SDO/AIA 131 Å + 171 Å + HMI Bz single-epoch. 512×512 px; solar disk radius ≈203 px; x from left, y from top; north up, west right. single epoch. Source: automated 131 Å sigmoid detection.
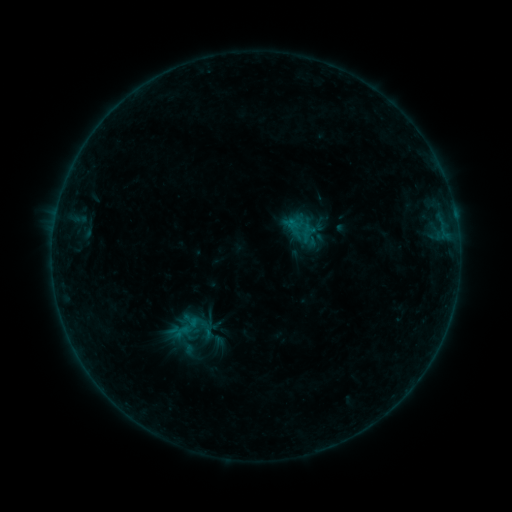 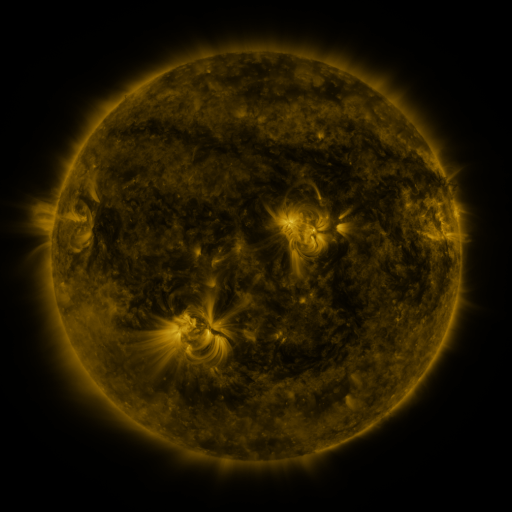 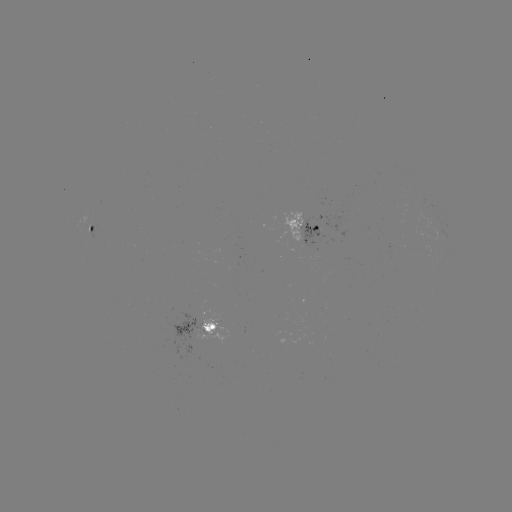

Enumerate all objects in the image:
sigmoid: (191, 326)
sigmoid: (206, 329)
